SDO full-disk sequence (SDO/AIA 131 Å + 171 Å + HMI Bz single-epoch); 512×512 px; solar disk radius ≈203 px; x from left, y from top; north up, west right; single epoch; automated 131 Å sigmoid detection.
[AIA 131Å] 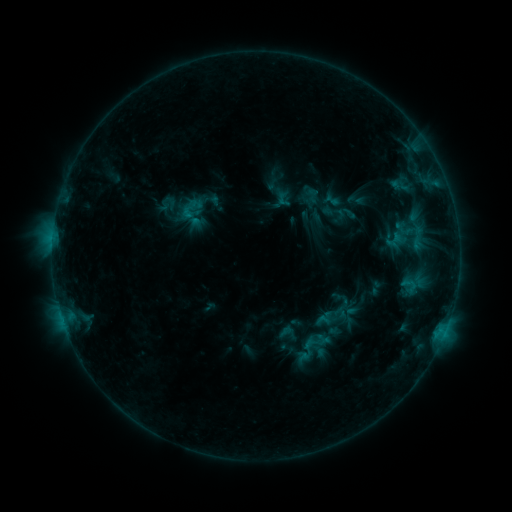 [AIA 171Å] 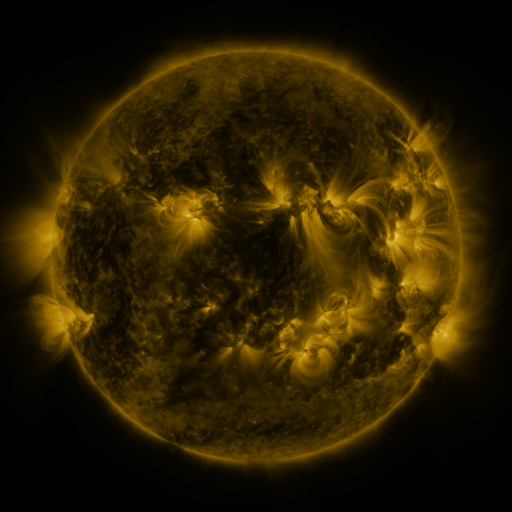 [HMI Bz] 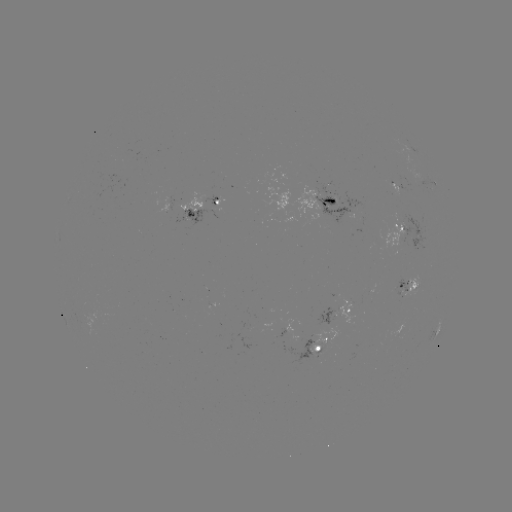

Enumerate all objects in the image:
sigmoid: [304, 188, 322, 204]
sigmoid: [304, 330, 327, 353]
